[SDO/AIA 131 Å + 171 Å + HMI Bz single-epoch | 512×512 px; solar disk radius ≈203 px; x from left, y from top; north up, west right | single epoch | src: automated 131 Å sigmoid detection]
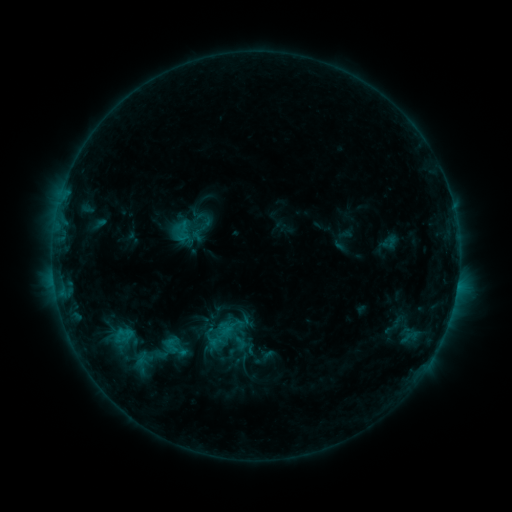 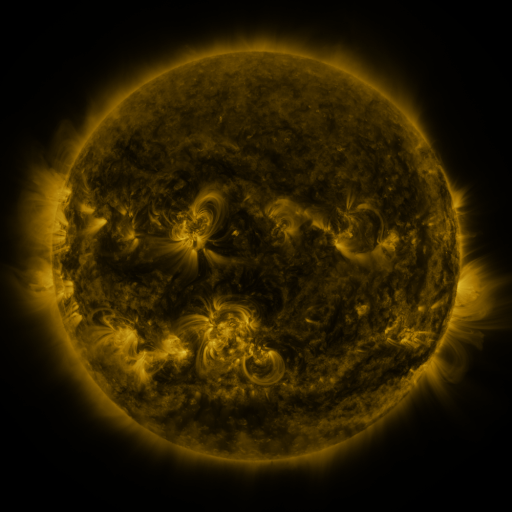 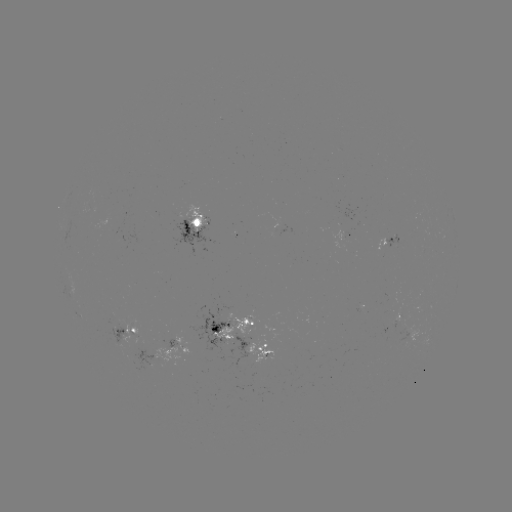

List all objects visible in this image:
sigmoid: [165, 215, 194, 247]
sigmoid: [216, 315, 243, 340]
